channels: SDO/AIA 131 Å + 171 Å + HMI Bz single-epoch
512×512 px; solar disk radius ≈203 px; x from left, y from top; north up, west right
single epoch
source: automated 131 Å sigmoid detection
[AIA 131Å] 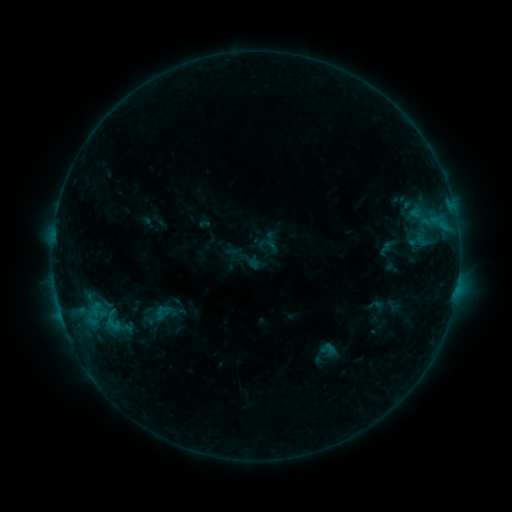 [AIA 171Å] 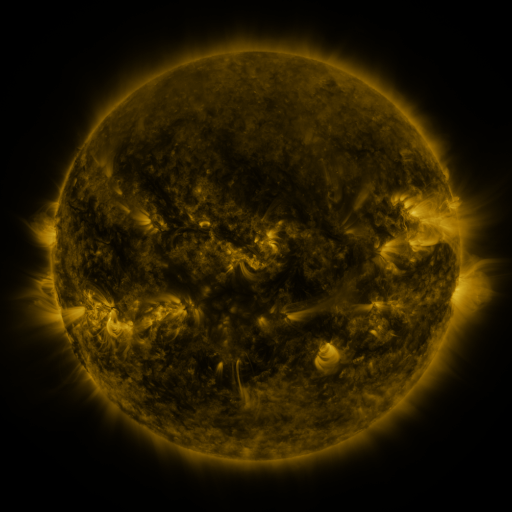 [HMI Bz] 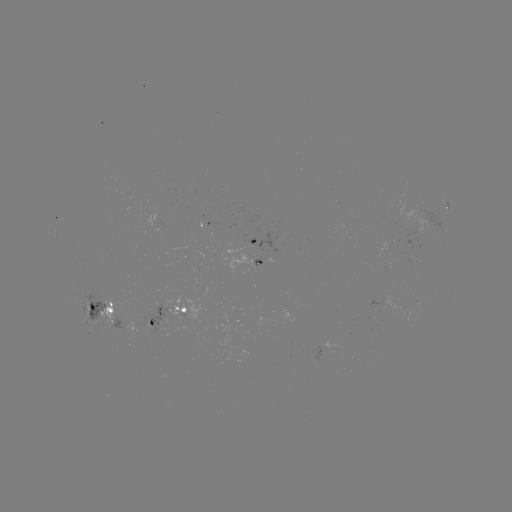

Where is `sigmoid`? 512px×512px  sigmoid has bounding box [319, 340, 336, 358].